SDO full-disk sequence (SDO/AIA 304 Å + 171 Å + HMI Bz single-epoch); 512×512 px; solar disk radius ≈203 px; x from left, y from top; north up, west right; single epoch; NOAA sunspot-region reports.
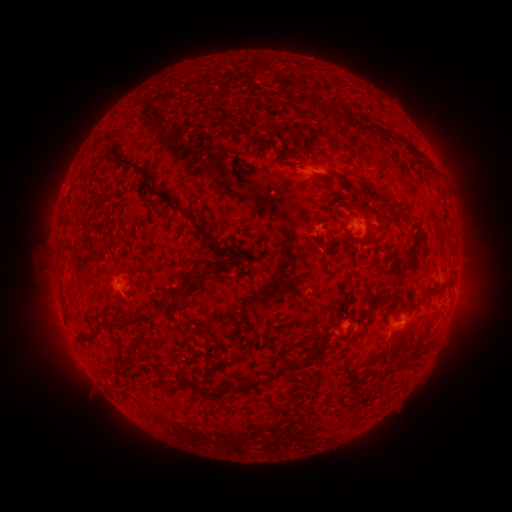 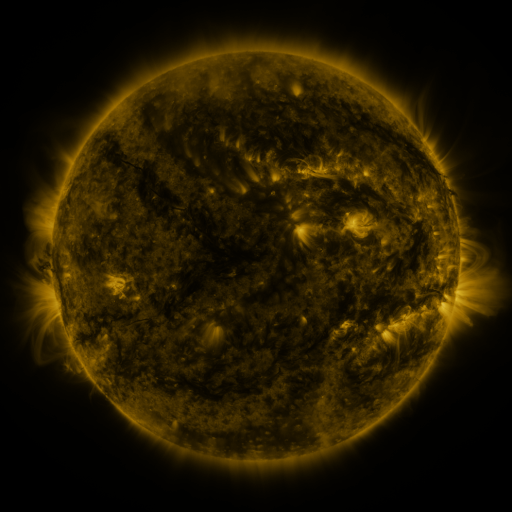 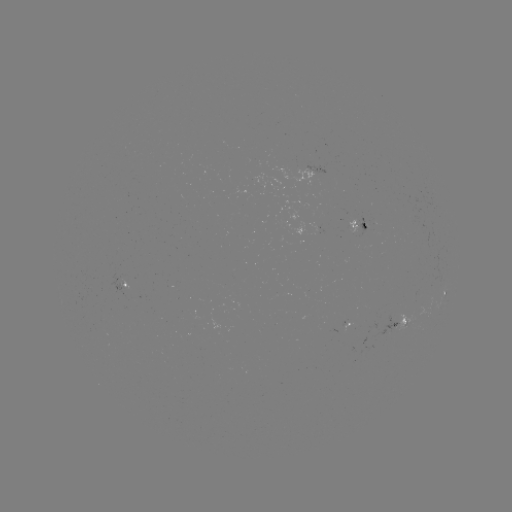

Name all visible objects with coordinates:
spotted active region: (360, 226)
spotted active region: (124, 287)
spotted active region: (445, 296)
spotted active region: (351, 324)
spotted active region: (399, 325)
